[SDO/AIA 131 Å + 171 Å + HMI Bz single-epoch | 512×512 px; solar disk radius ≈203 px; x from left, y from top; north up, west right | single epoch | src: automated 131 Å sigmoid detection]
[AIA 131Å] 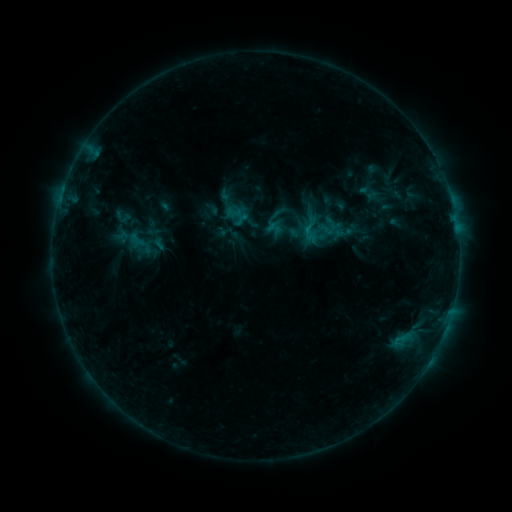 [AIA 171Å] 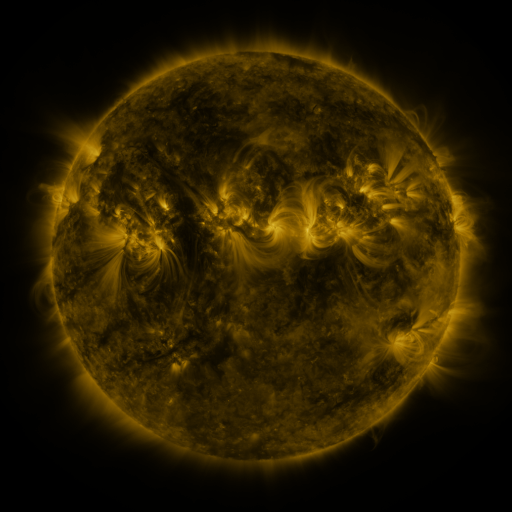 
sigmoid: [297, 221, 323, 244]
